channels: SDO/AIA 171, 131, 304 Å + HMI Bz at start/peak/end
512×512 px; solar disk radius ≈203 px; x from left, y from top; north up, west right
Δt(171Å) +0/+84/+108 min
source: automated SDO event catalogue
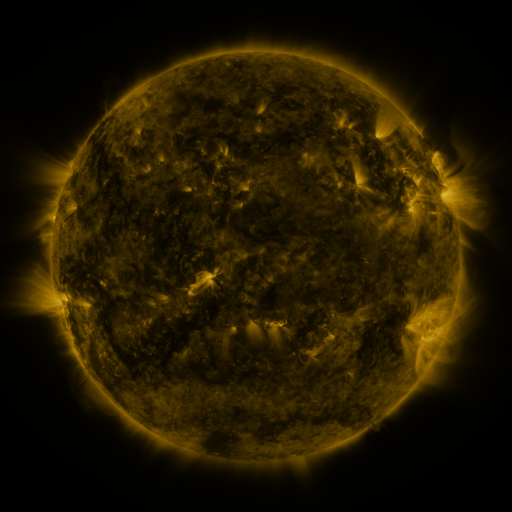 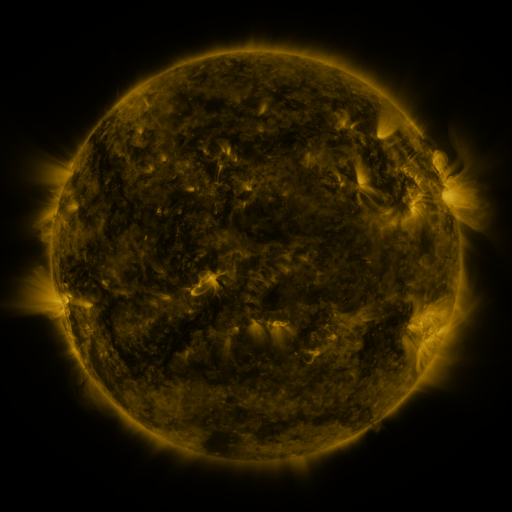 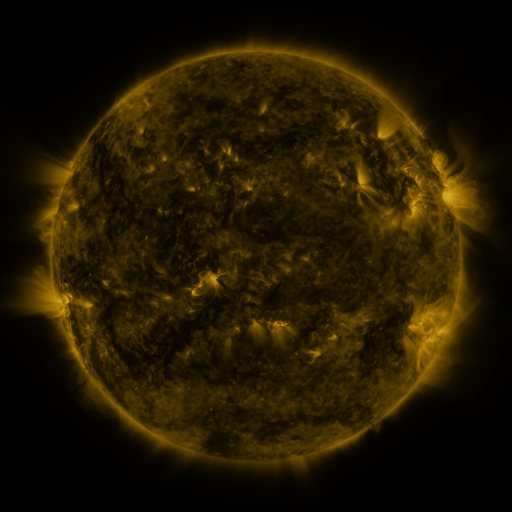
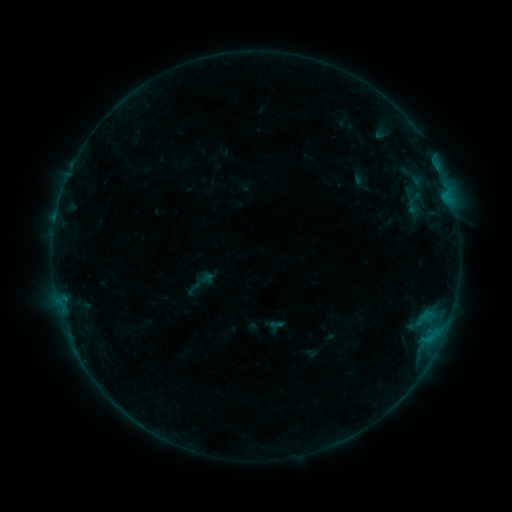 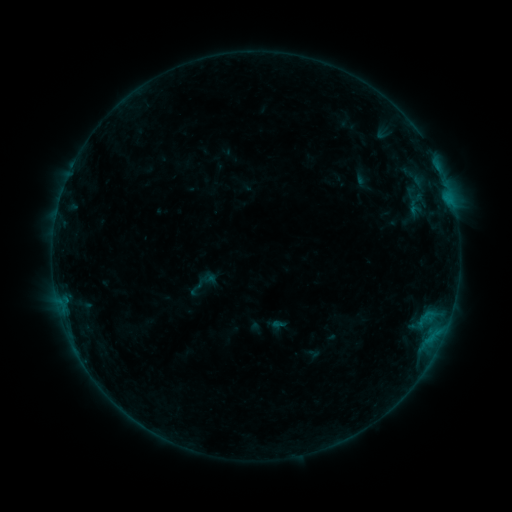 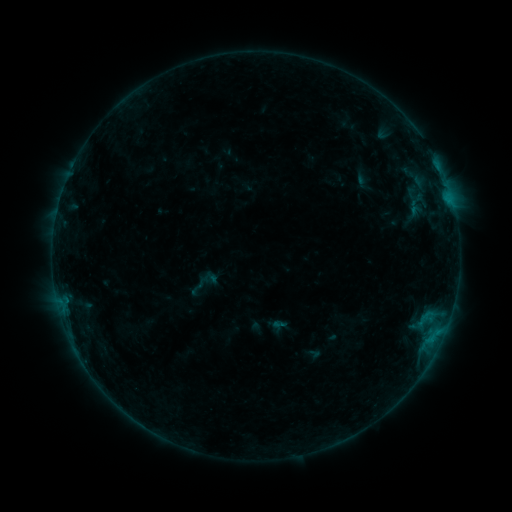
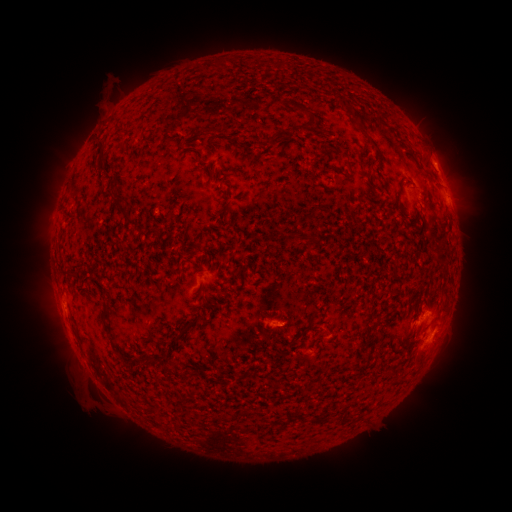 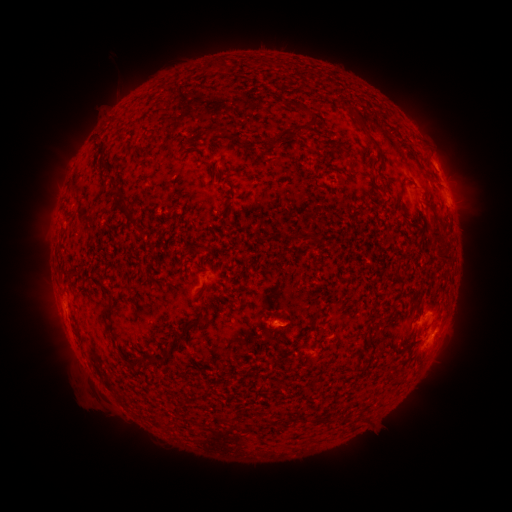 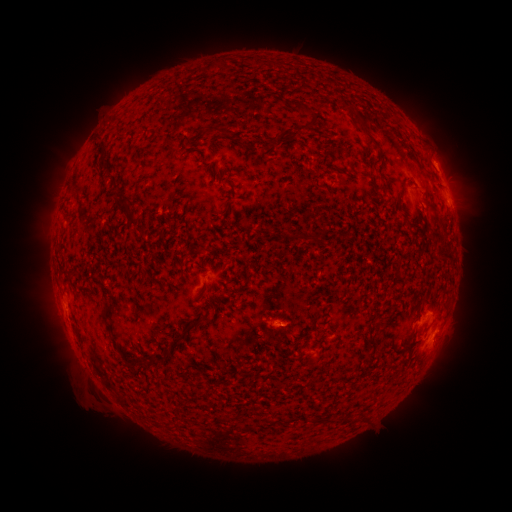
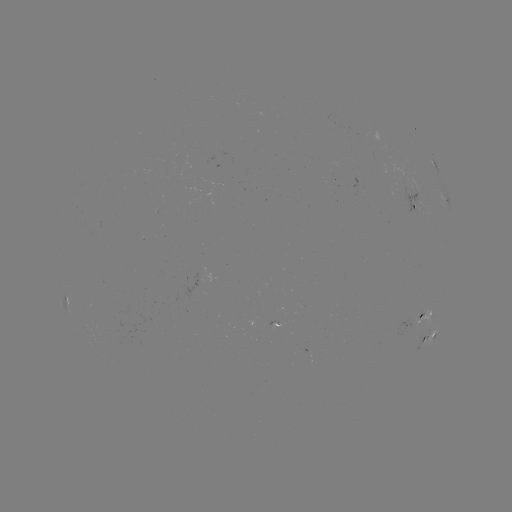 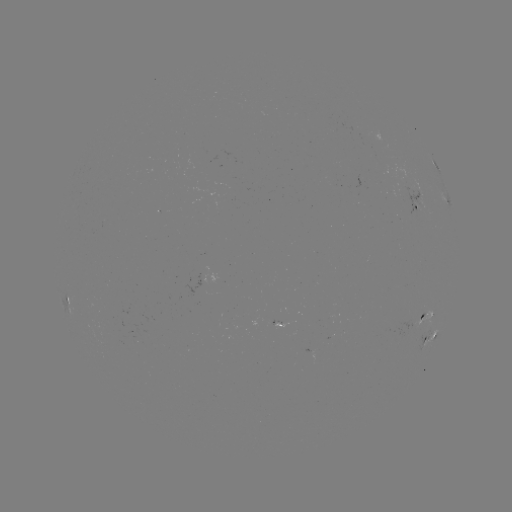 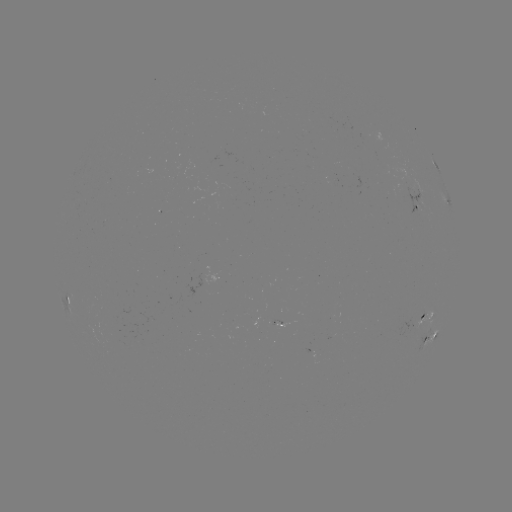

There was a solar emerging-flux region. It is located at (136, 337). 